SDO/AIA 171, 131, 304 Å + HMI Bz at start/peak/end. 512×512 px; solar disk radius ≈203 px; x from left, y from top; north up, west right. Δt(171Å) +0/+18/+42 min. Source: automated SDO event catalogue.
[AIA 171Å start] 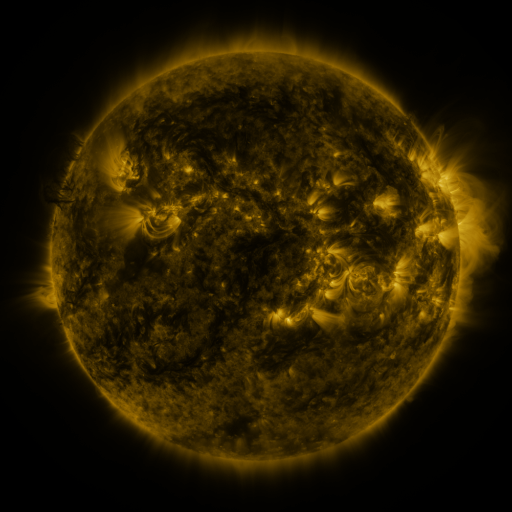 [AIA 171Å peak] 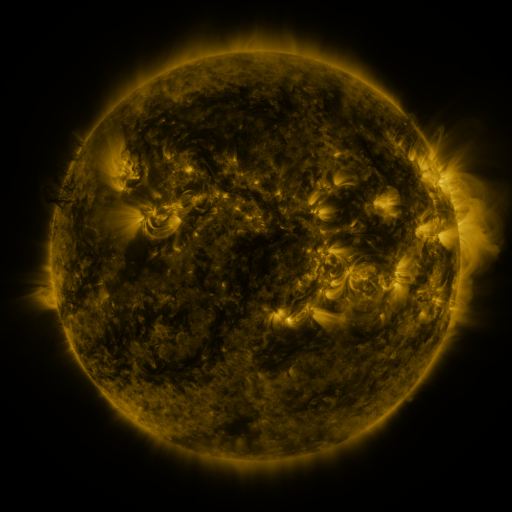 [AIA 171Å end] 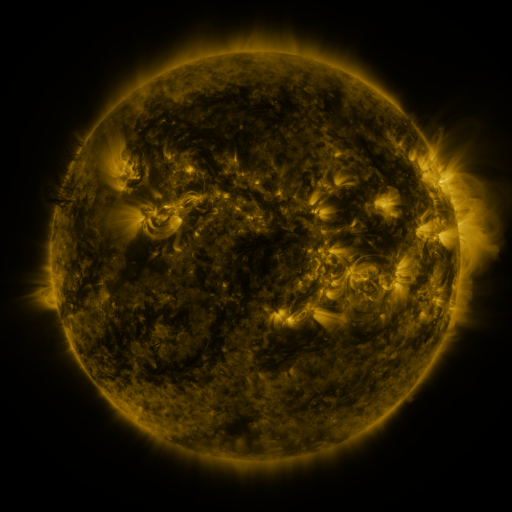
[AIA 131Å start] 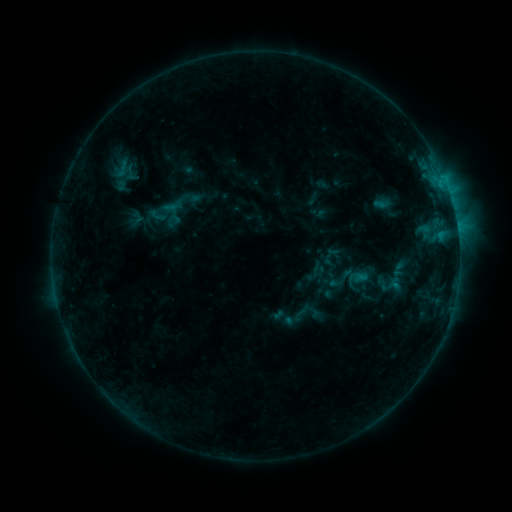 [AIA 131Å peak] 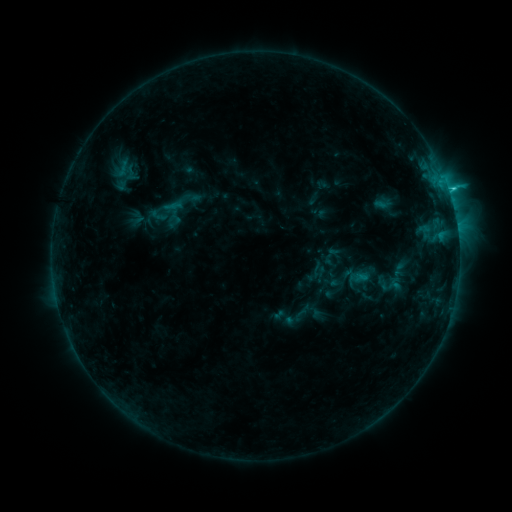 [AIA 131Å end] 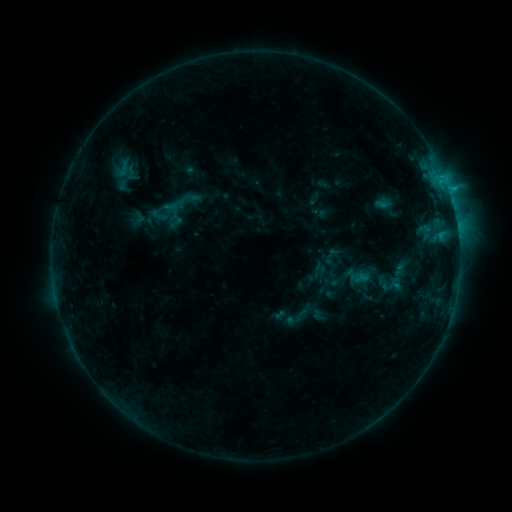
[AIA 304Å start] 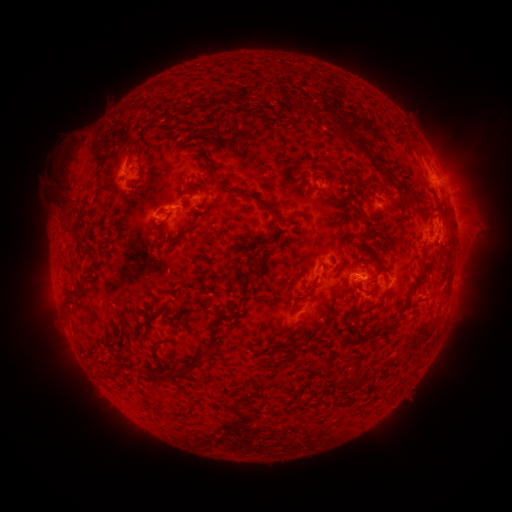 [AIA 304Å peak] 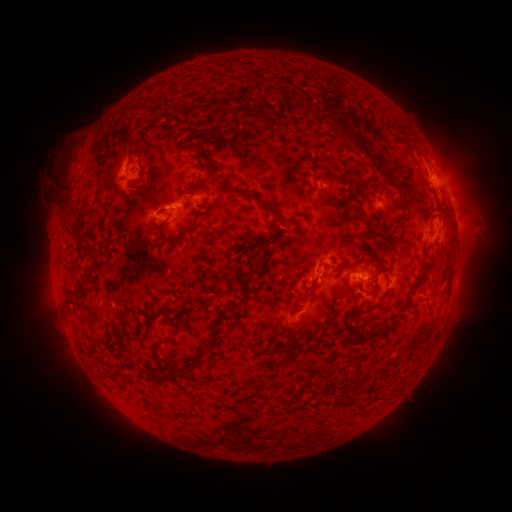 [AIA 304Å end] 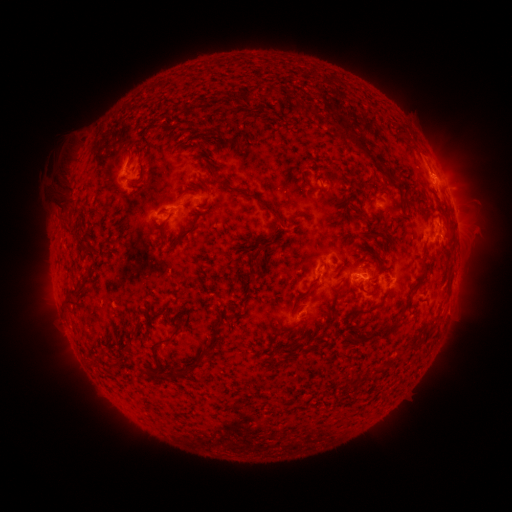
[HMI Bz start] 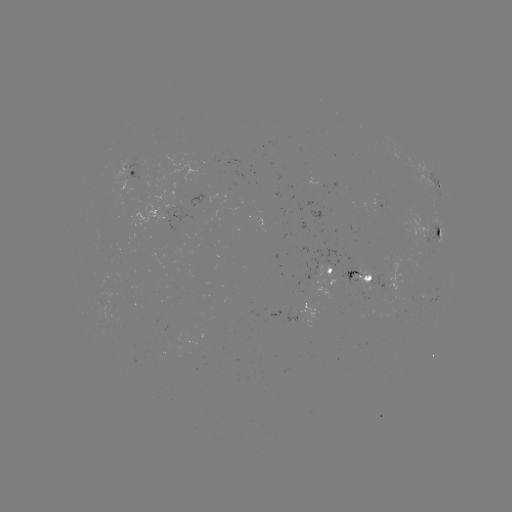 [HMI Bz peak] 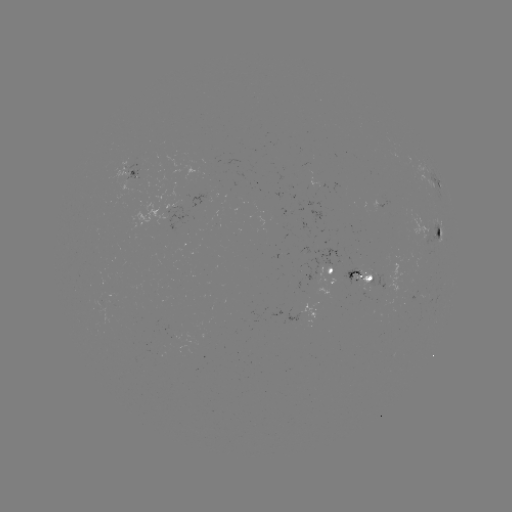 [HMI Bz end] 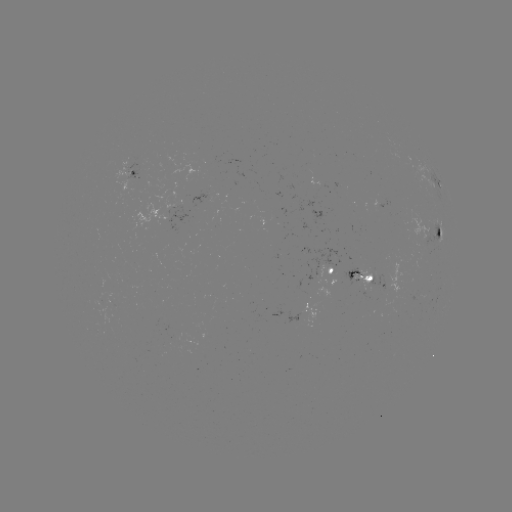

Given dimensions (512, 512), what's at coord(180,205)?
C1.5 flare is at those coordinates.